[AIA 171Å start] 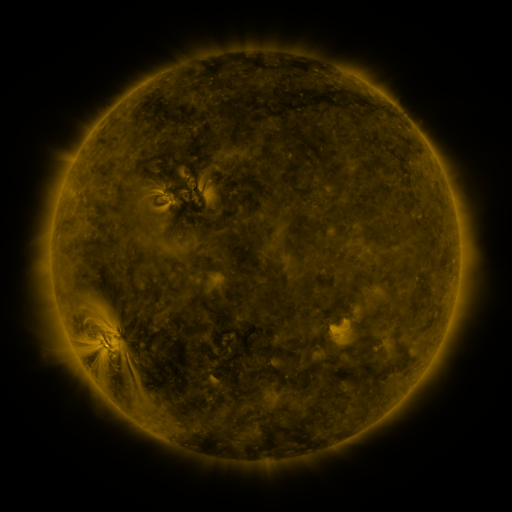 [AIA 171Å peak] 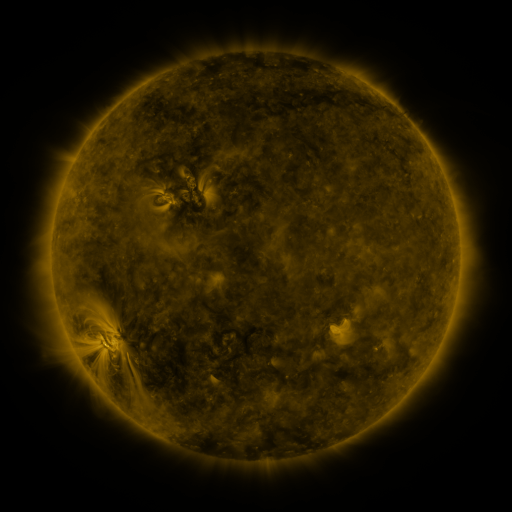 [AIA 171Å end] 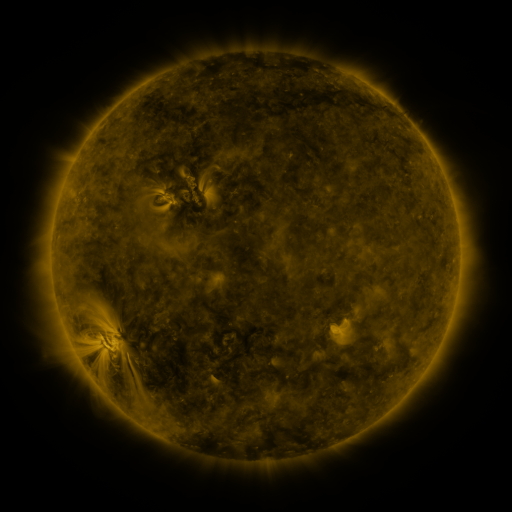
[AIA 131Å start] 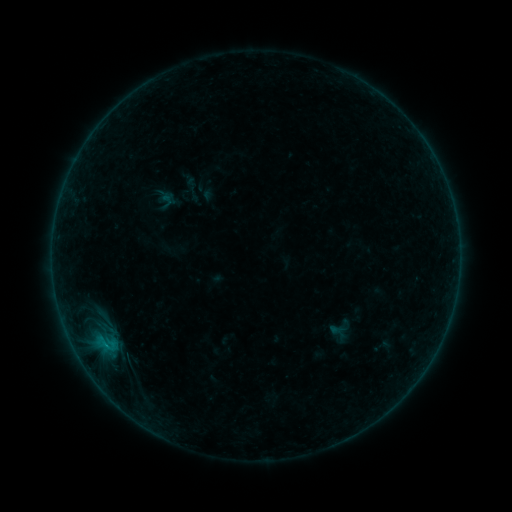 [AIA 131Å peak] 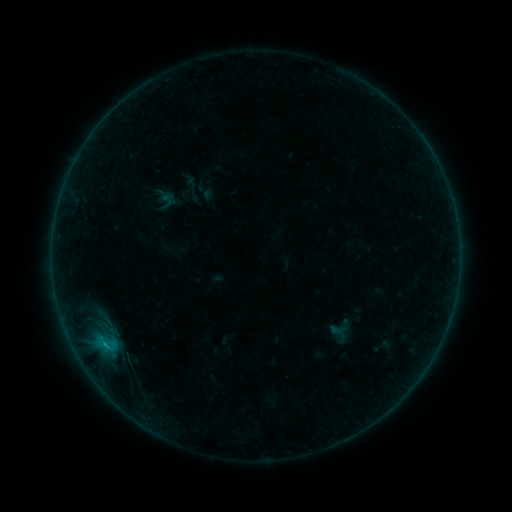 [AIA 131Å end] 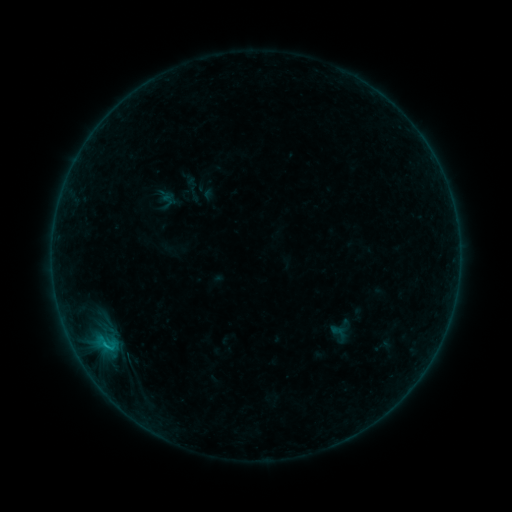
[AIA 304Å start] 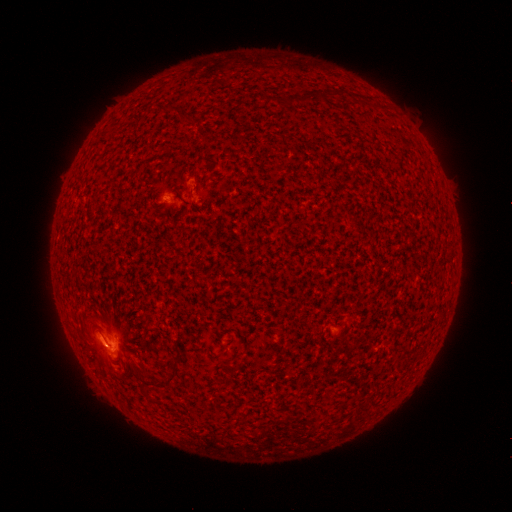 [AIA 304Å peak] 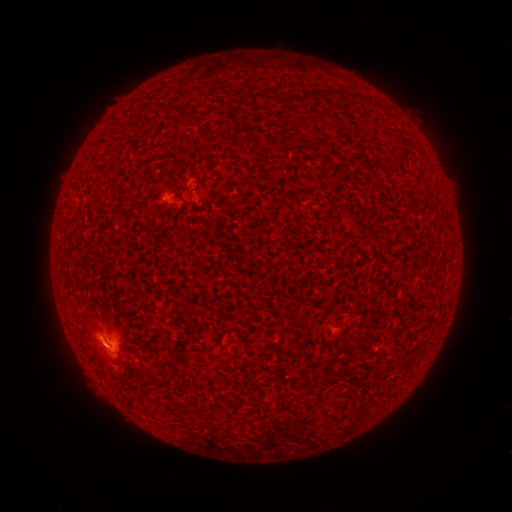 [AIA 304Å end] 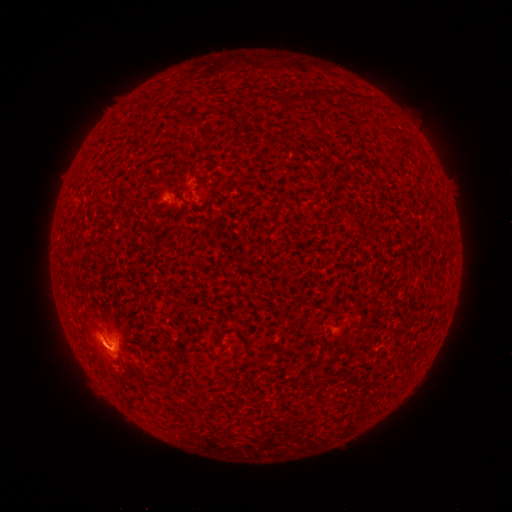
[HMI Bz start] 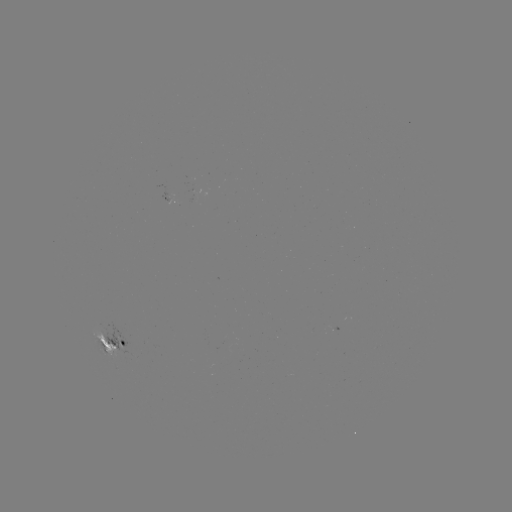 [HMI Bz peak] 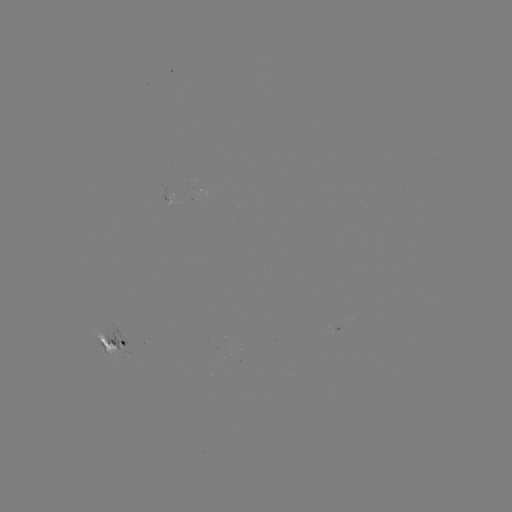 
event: flare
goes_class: B8.9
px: (106, 343)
